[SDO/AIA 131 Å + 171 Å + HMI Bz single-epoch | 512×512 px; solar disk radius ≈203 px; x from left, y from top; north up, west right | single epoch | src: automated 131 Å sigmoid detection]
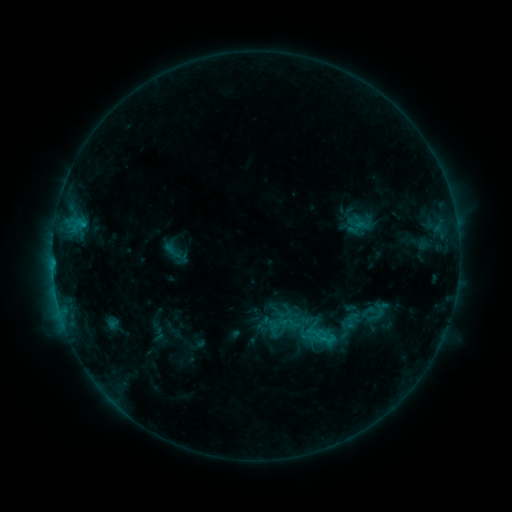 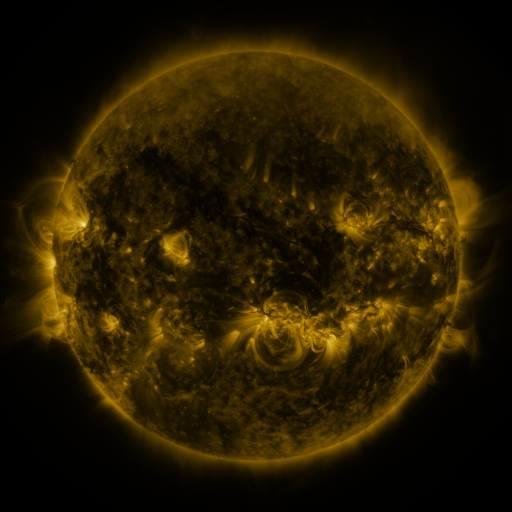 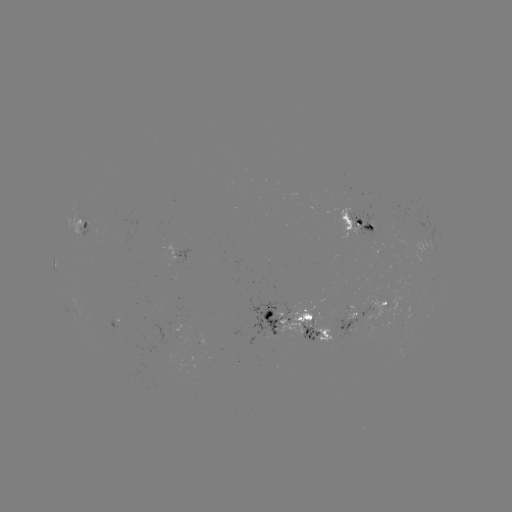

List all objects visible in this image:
sigmoid: (361, 221)
sigmoid: (281, 324)
sigmoid: (322, 334)
